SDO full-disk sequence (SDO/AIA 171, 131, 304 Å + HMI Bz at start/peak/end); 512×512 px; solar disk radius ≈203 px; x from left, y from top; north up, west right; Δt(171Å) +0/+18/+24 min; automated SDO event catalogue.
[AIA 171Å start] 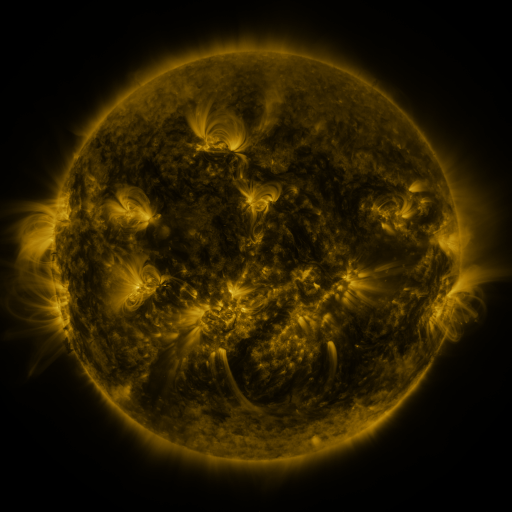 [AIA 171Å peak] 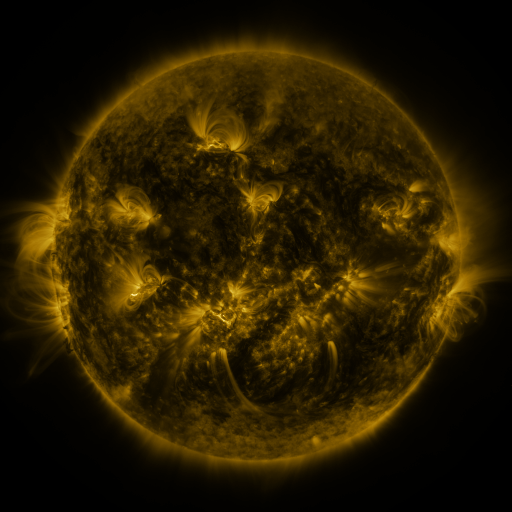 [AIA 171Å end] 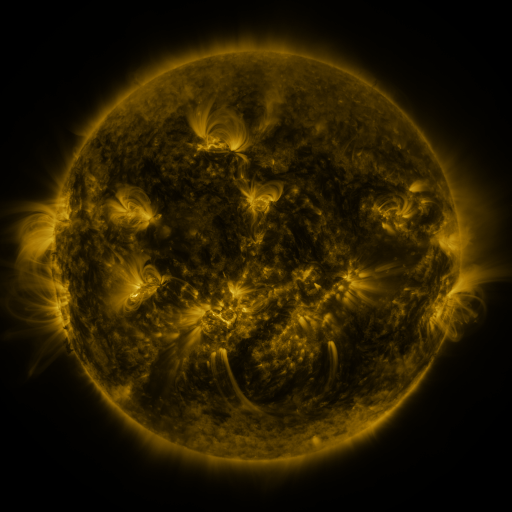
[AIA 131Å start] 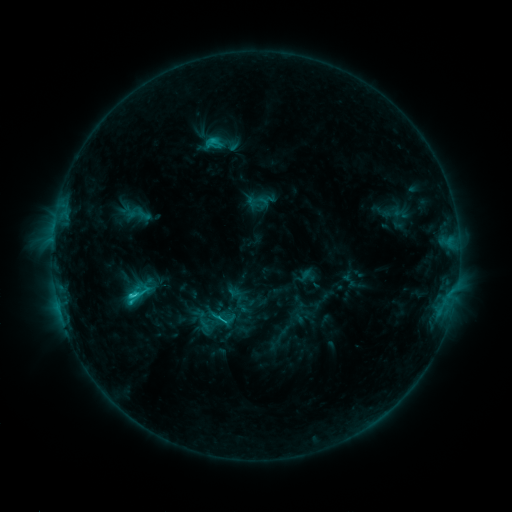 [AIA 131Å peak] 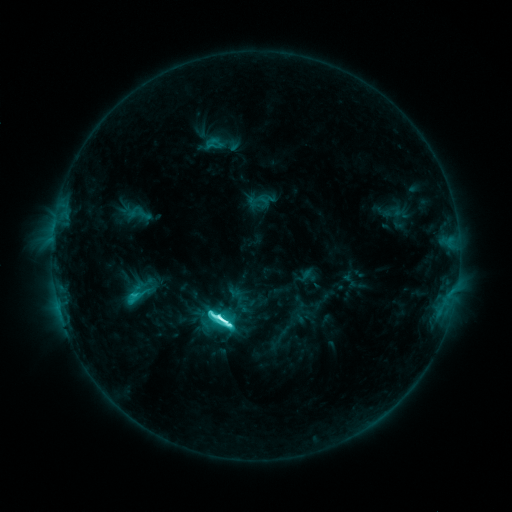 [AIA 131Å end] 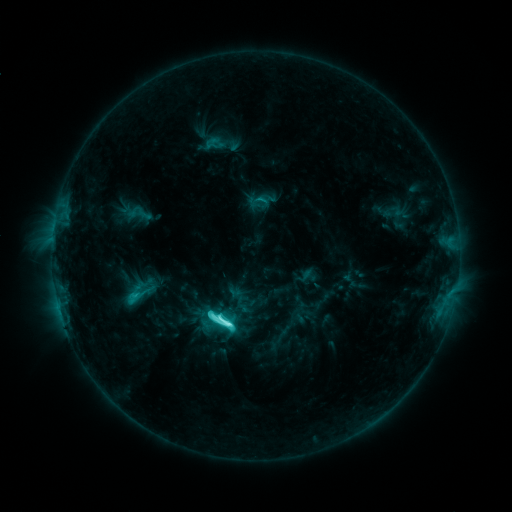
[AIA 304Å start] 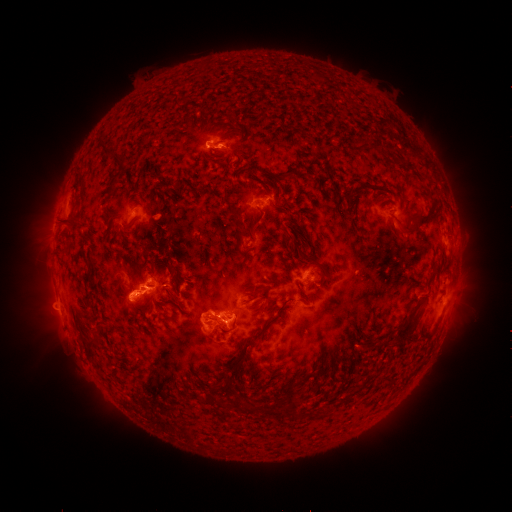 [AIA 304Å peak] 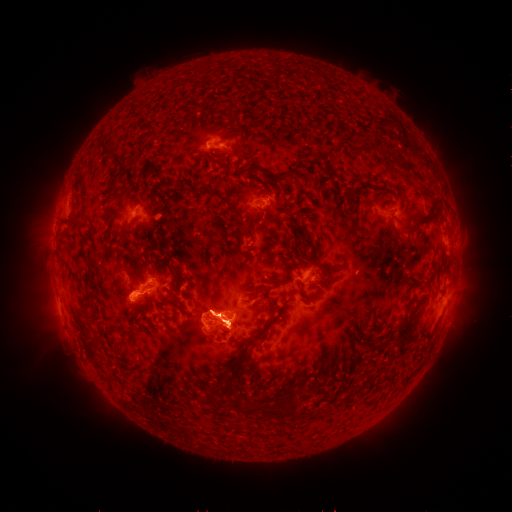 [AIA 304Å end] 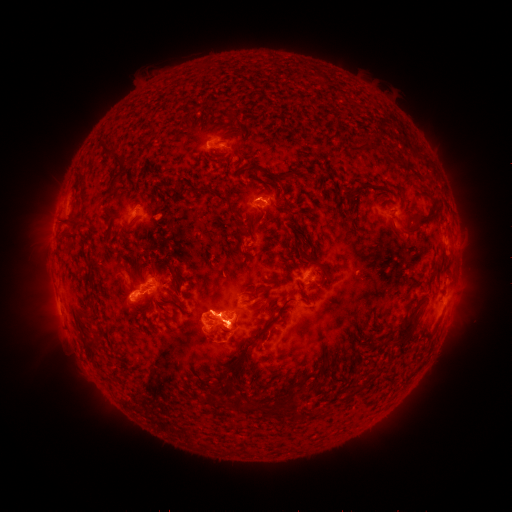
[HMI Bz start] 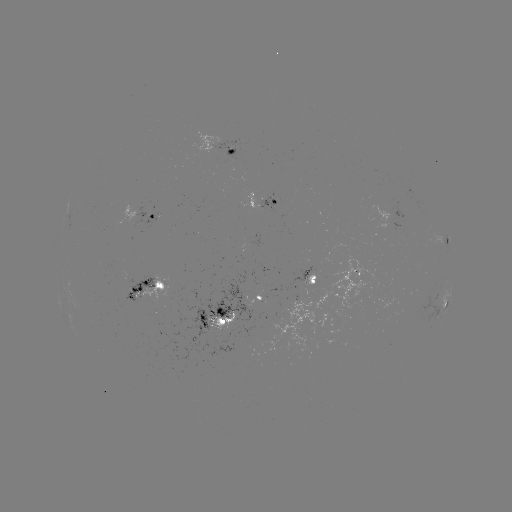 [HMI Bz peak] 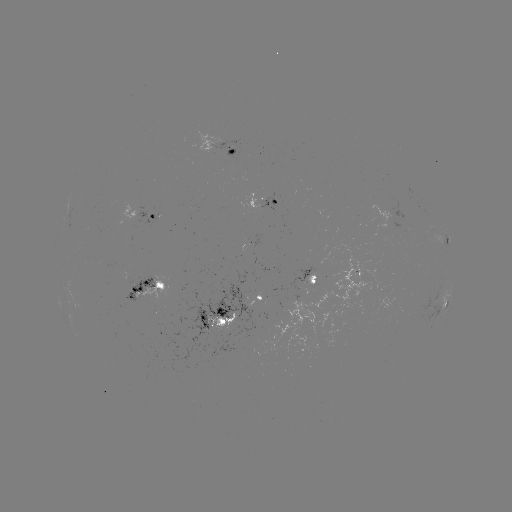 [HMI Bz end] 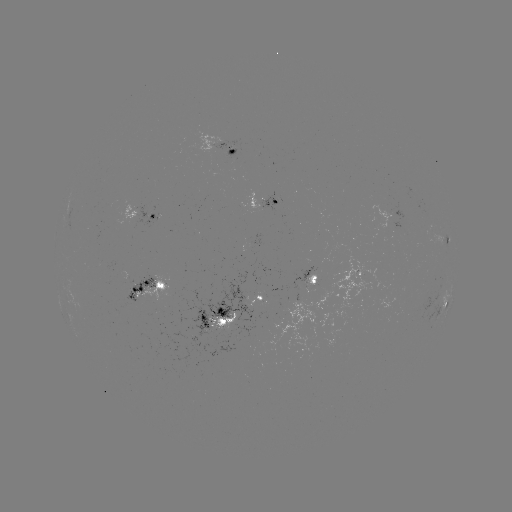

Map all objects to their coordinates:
M1.5 flare: (229, 322)
